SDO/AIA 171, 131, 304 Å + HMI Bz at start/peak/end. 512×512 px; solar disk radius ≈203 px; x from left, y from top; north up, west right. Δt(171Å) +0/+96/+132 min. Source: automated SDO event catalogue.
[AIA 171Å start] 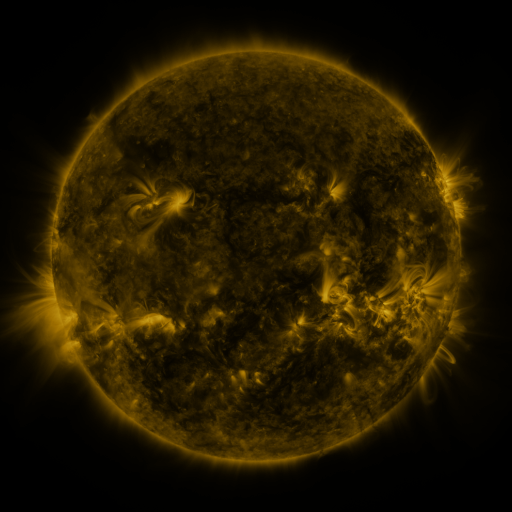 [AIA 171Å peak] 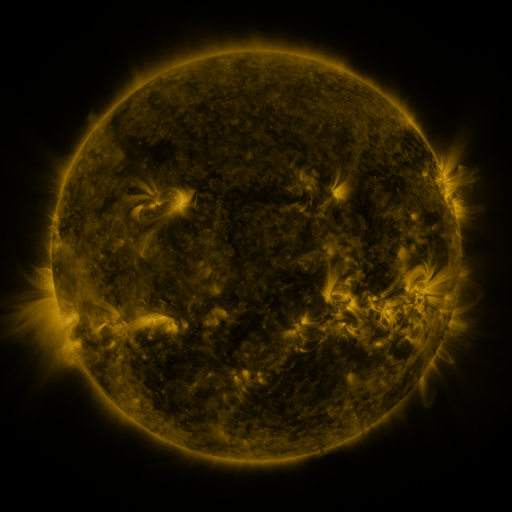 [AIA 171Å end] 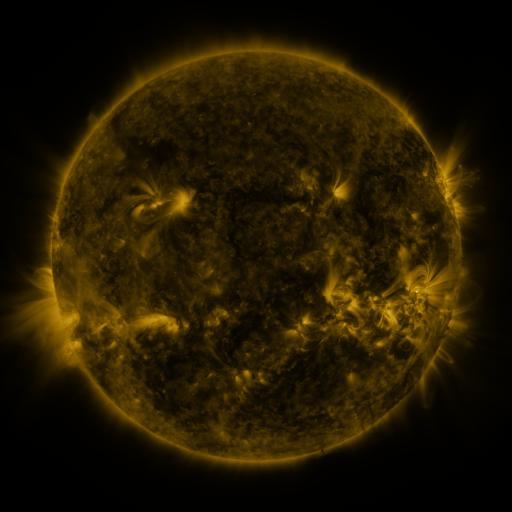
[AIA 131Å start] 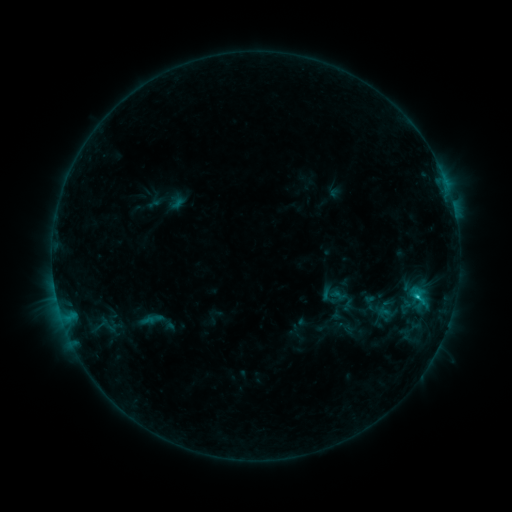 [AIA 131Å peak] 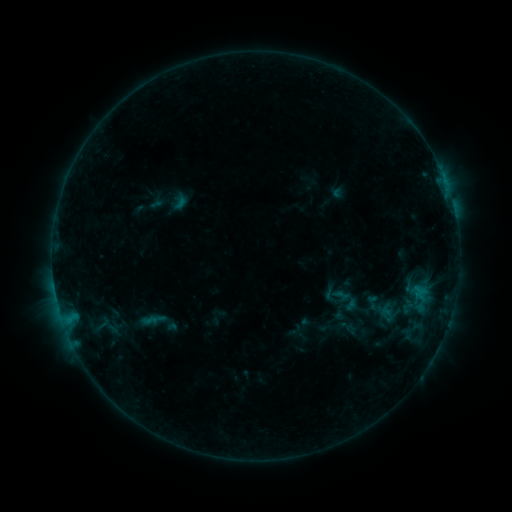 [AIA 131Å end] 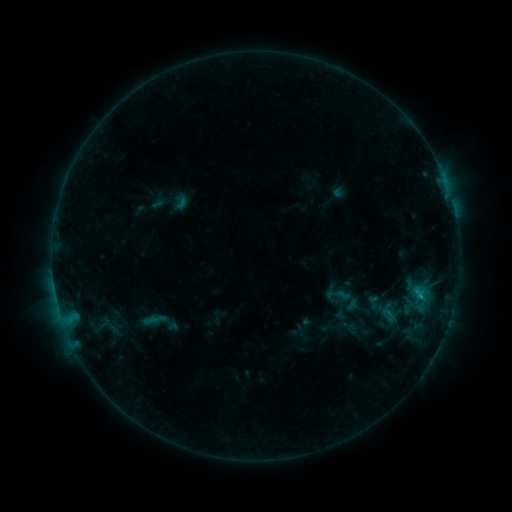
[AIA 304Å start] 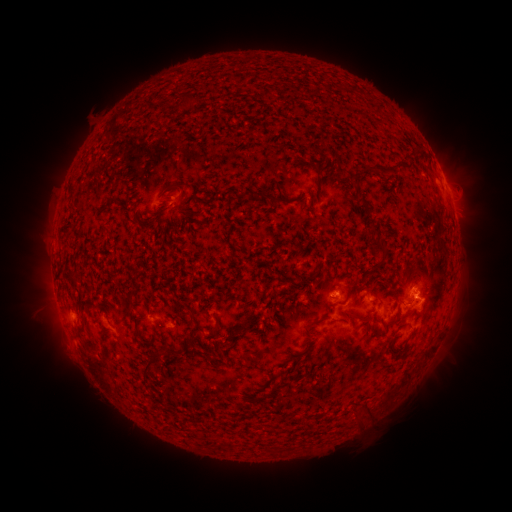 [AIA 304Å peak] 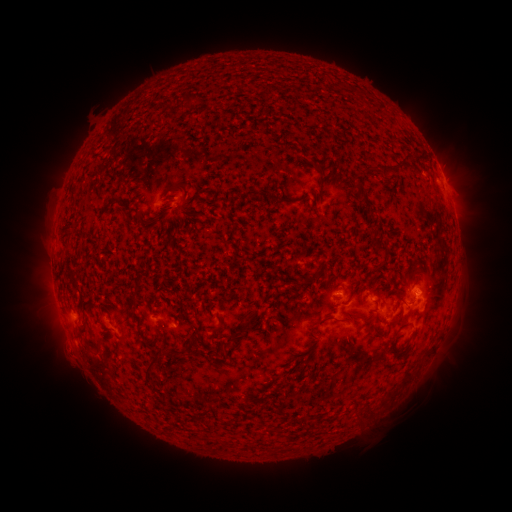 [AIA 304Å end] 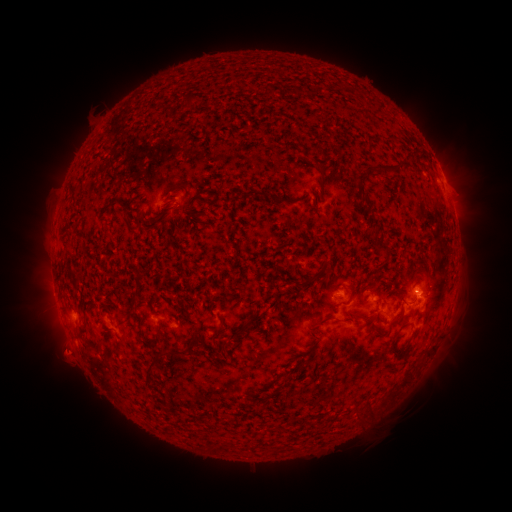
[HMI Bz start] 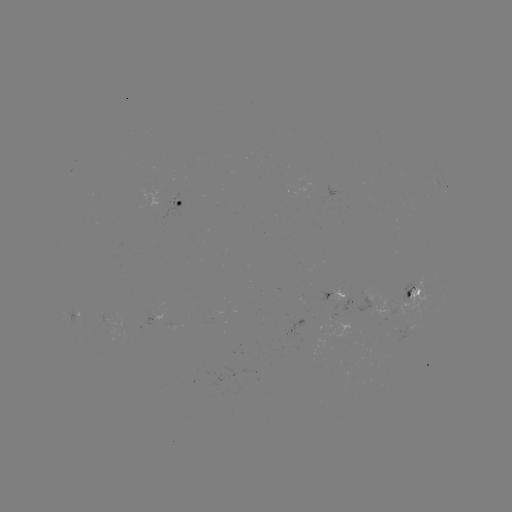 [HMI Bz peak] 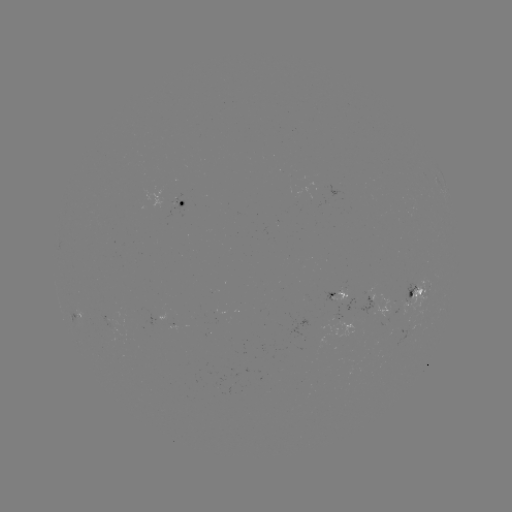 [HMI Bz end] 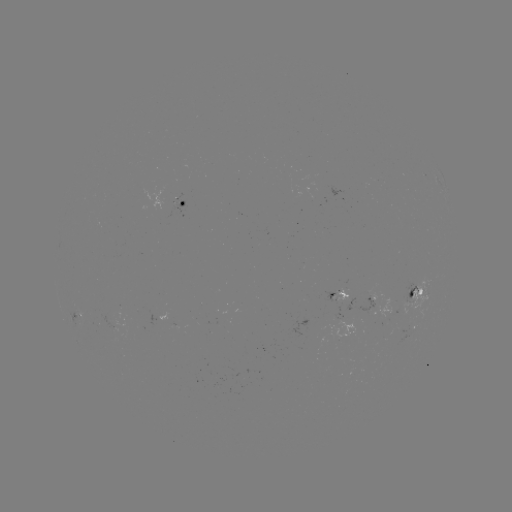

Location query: emerging-flux region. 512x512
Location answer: (109, 322).